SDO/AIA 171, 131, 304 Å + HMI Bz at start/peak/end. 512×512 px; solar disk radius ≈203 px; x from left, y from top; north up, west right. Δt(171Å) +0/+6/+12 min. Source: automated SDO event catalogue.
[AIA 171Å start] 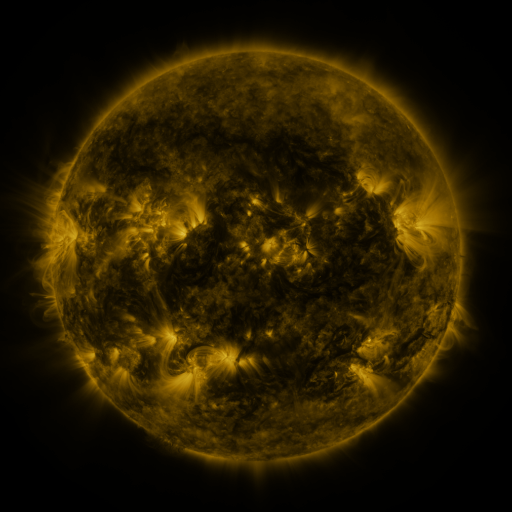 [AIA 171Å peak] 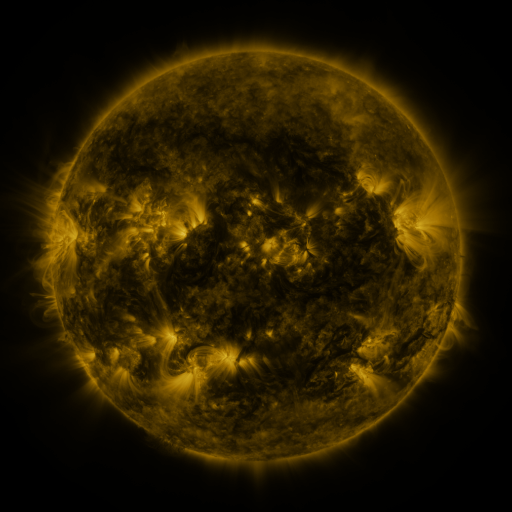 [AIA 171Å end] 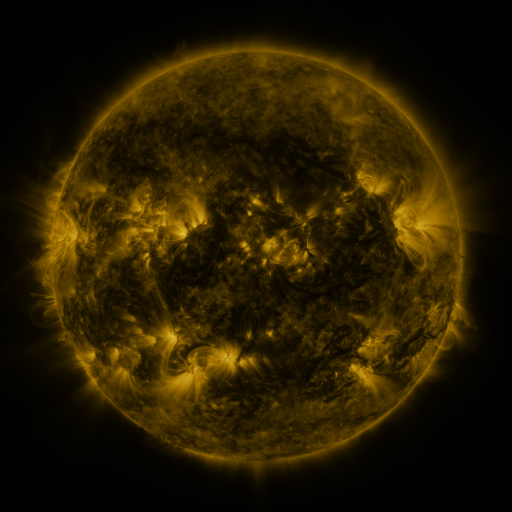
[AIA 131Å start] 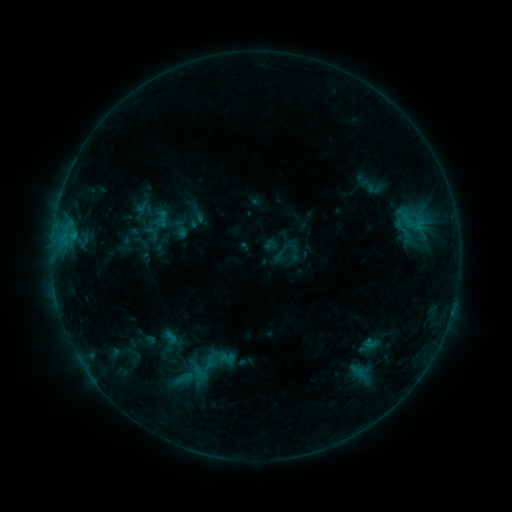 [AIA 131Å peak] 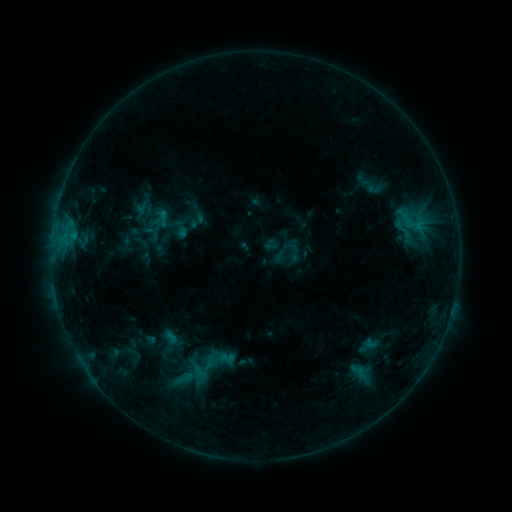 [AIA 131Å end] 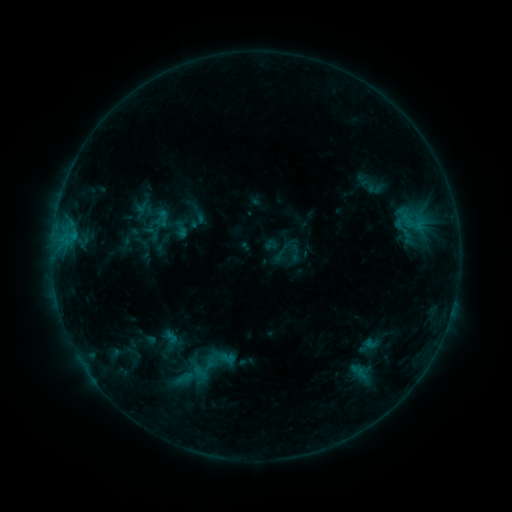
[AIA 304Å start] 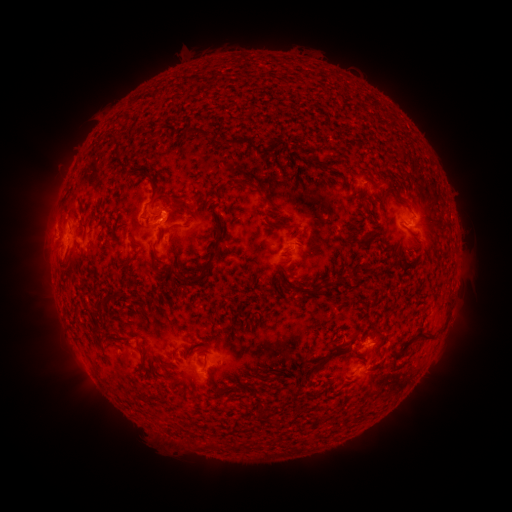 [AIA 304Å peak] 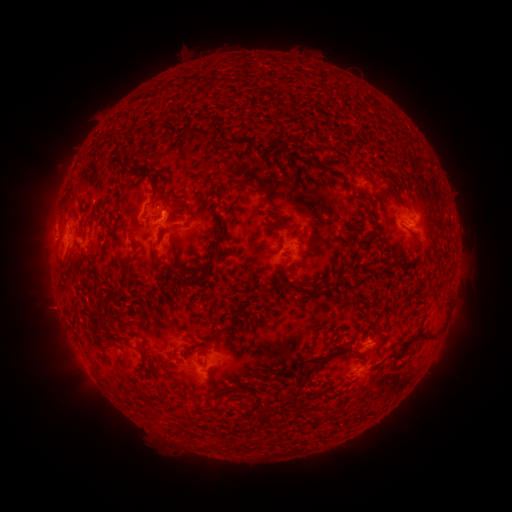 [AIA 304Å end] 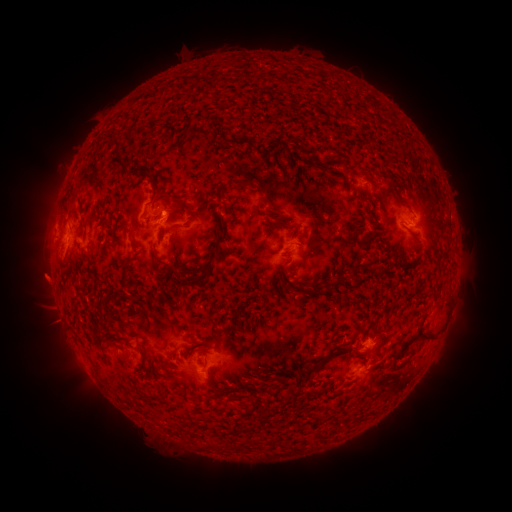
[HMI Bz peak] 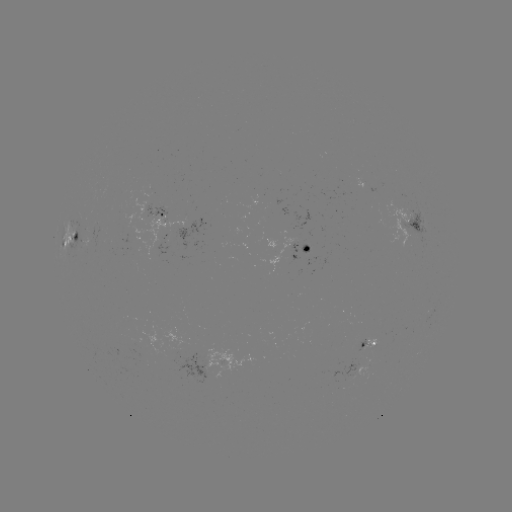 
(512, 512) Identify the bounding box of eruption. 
[16, 254, 70, 308].